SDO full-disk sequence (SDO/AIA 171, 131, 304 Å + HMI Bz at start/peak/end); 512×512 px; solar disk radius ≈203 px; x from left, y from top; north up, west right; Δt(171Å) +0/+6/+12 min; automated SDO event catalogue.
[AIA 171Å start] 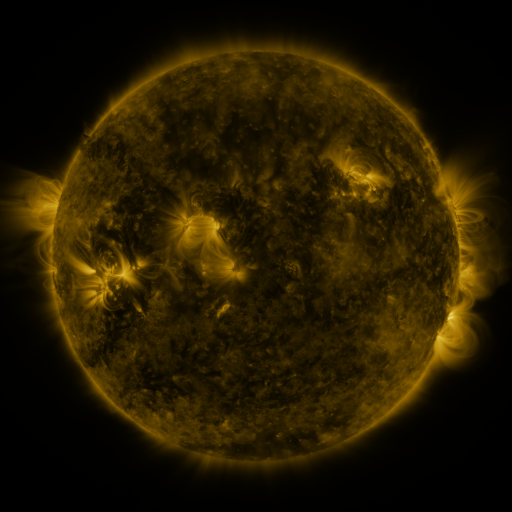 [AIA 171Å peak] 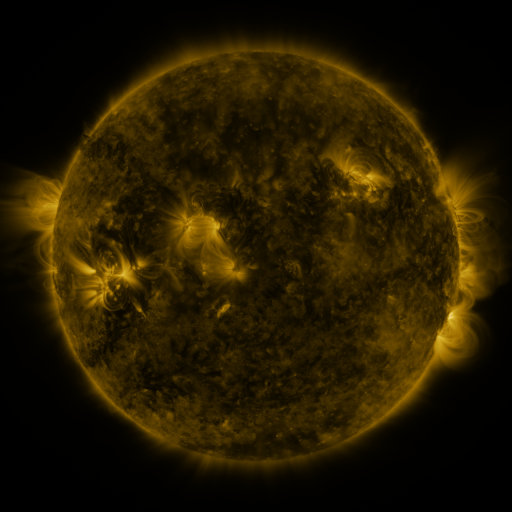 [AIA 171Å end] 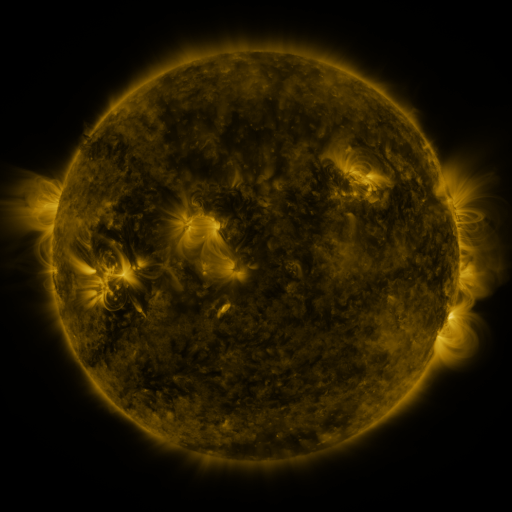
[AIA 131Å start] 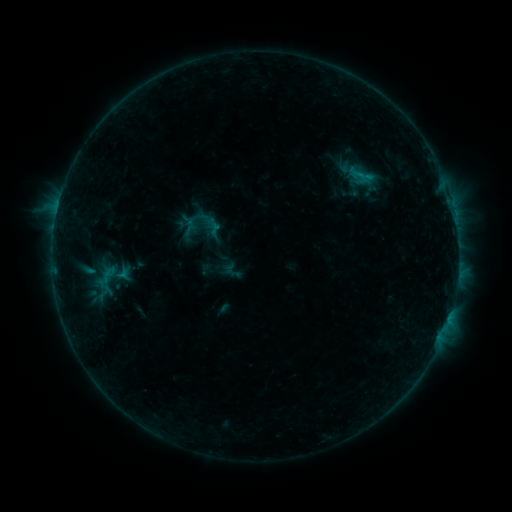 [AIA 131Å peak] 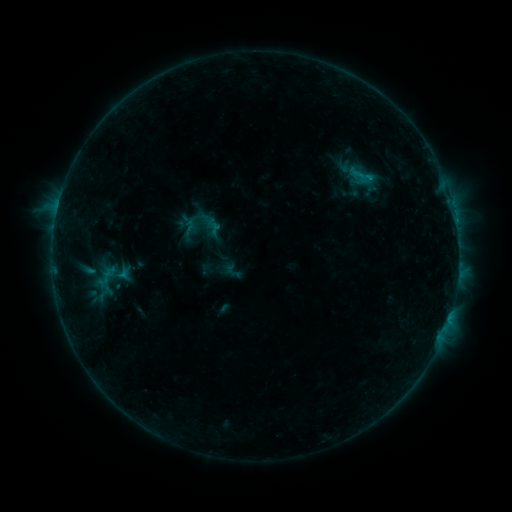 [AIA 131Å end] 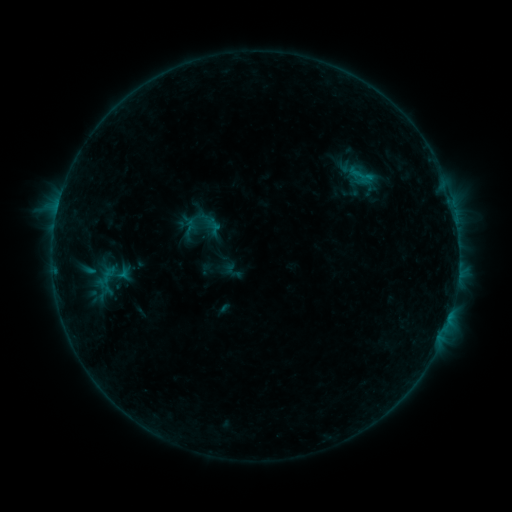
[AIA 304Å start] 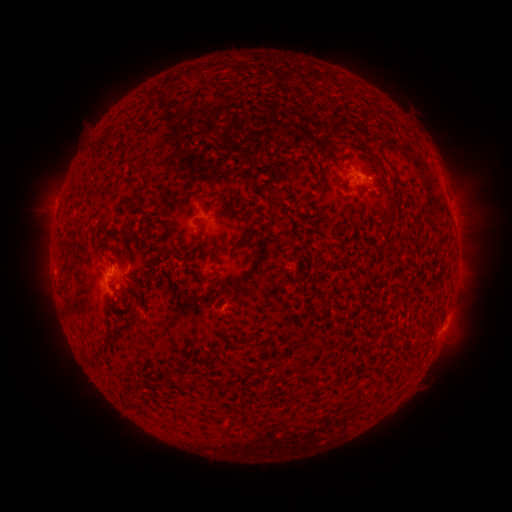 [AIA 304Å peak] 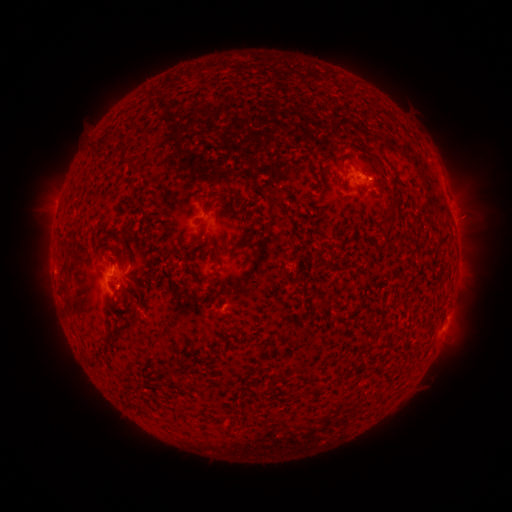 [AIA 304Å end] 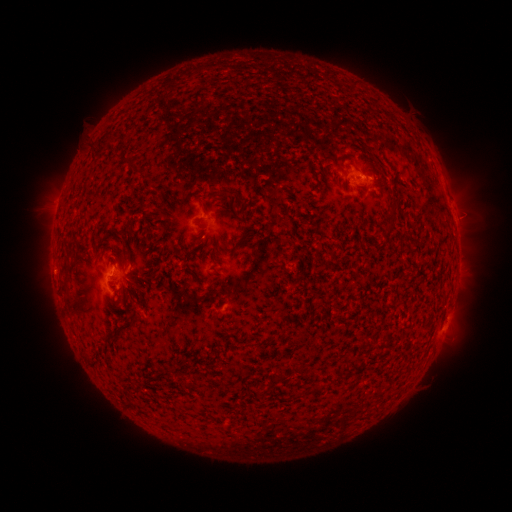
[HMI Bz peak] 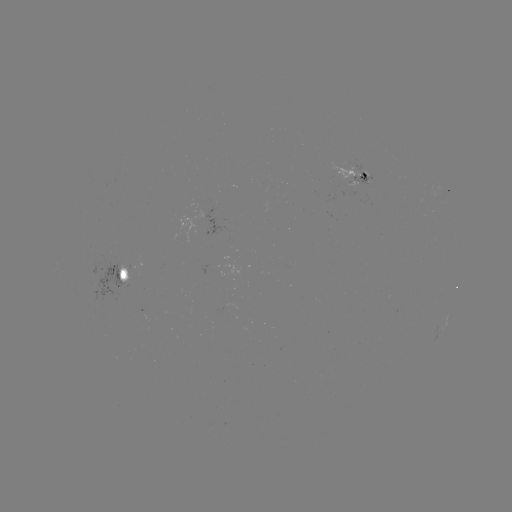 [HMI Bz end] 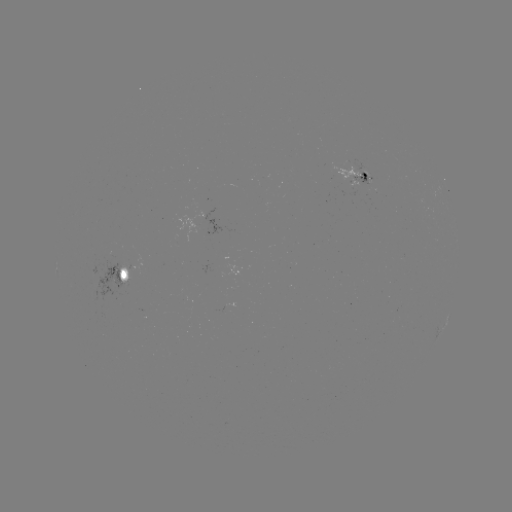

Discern B7.0 flare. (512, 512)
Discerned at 368,179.